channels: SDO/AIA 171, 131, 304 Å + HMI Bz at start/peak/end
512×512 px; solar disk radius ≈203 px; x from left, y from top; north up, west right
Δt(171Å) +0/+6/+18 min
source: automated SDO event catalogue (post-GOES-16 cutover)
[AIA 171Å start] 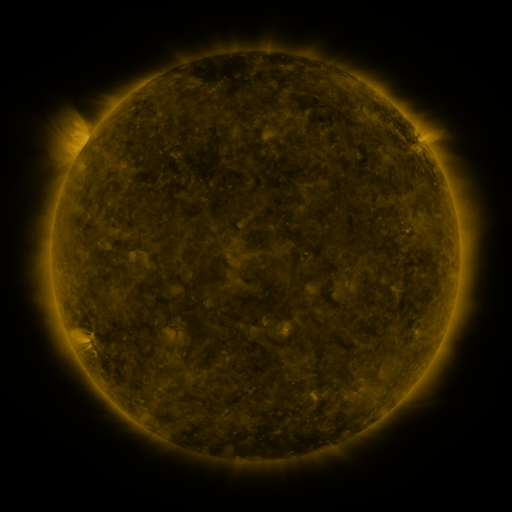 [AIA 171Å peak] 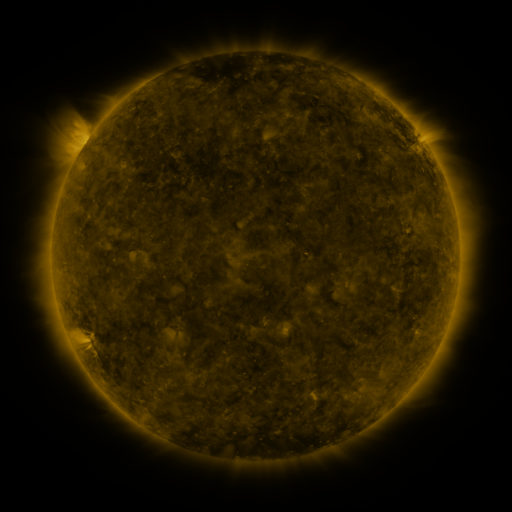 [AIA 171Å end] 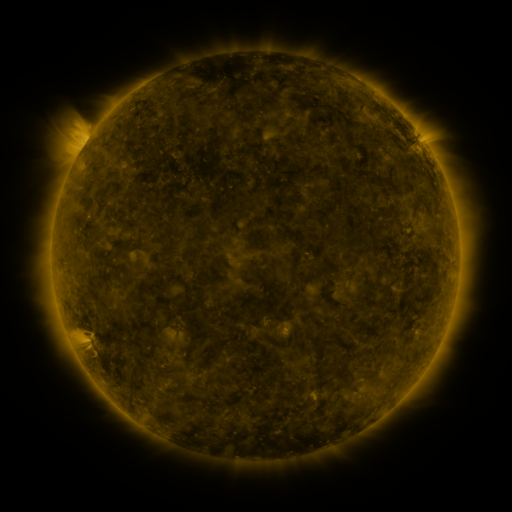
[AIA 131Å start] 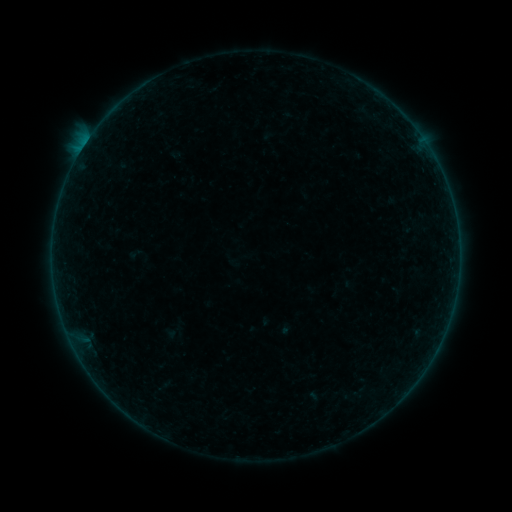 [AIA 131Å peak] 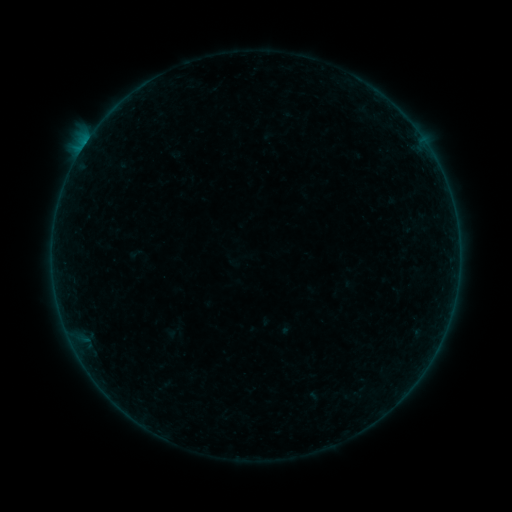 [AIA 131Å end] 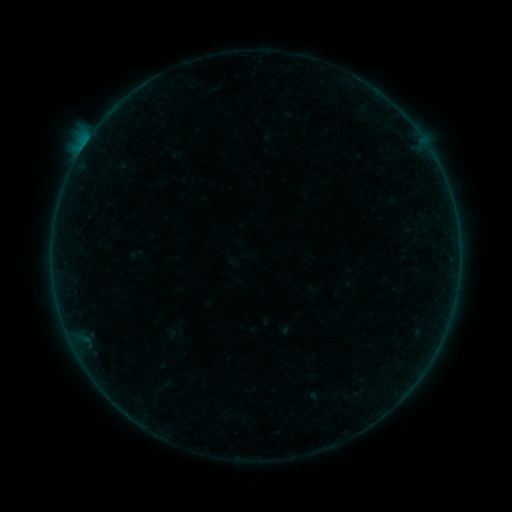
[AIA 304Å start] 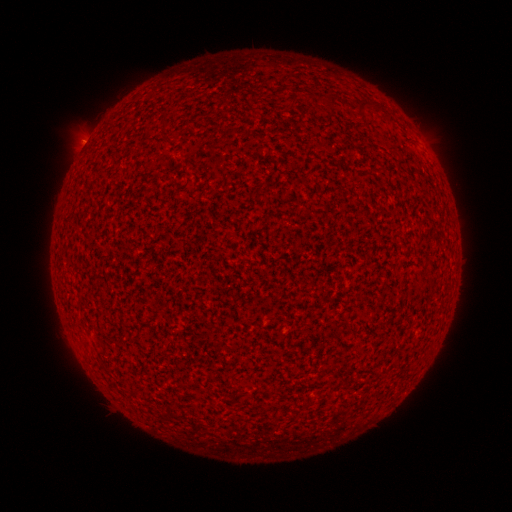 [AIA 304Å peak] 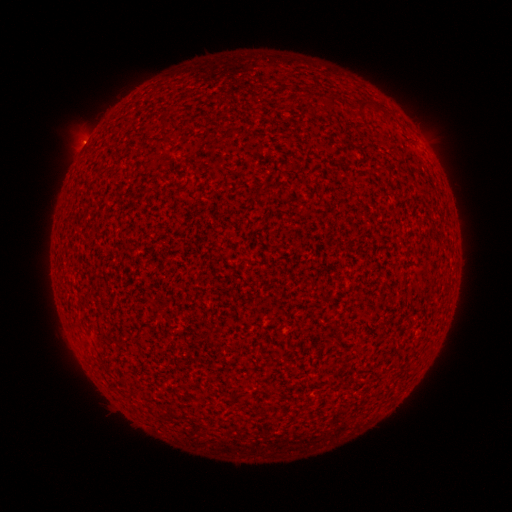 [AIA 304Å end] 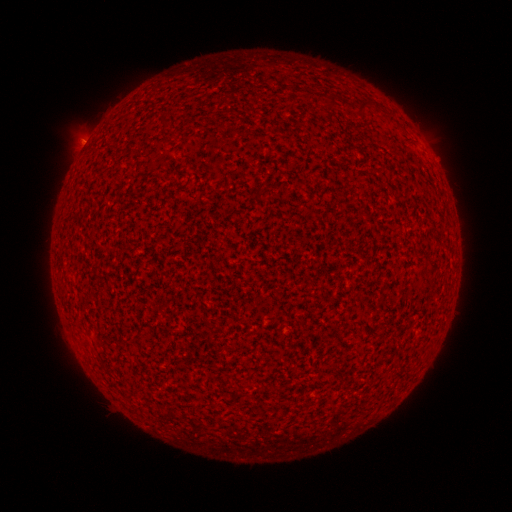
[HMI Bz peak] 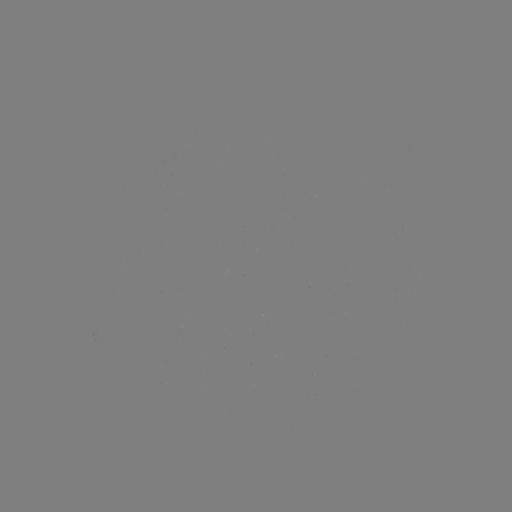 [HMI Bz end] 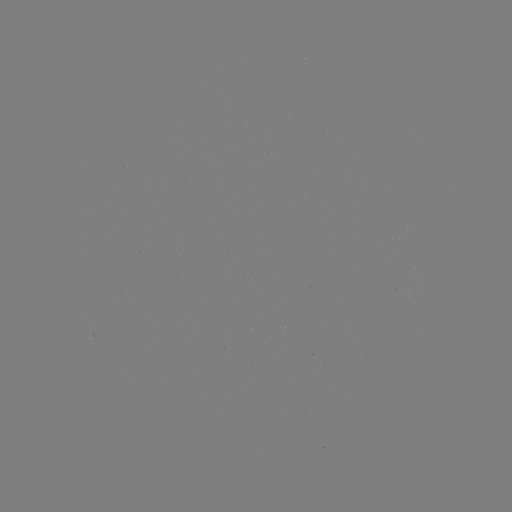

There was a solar flare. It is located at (83, 148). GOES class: B2.0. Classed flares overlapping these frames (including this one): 3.